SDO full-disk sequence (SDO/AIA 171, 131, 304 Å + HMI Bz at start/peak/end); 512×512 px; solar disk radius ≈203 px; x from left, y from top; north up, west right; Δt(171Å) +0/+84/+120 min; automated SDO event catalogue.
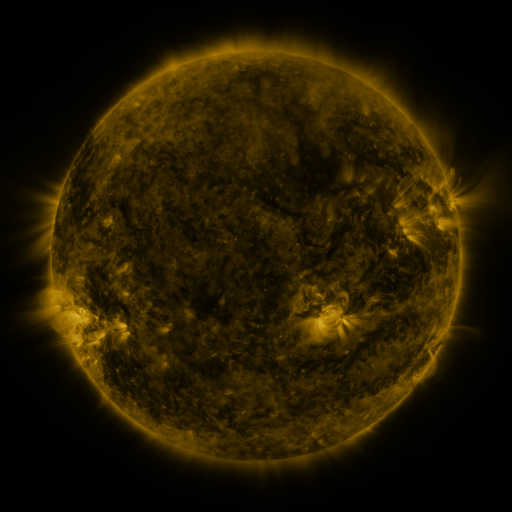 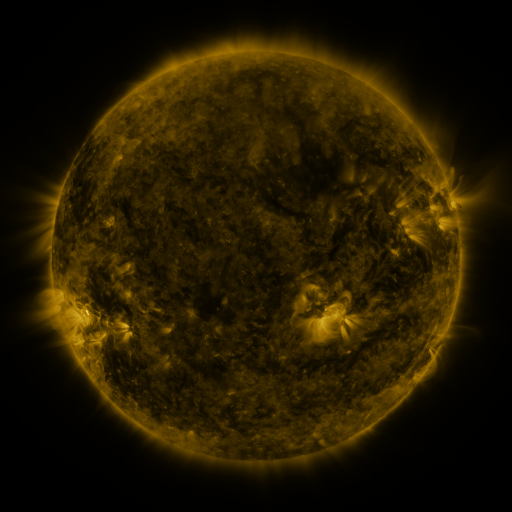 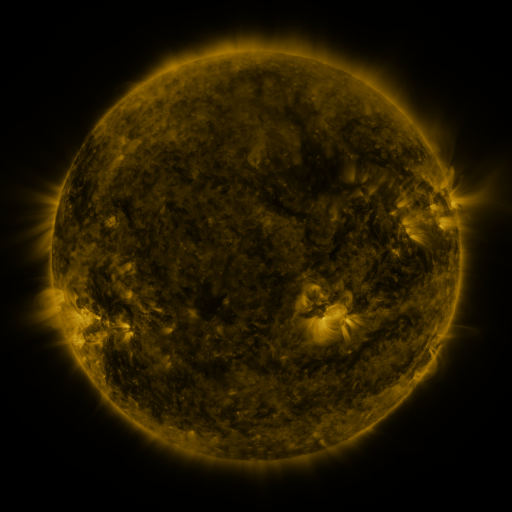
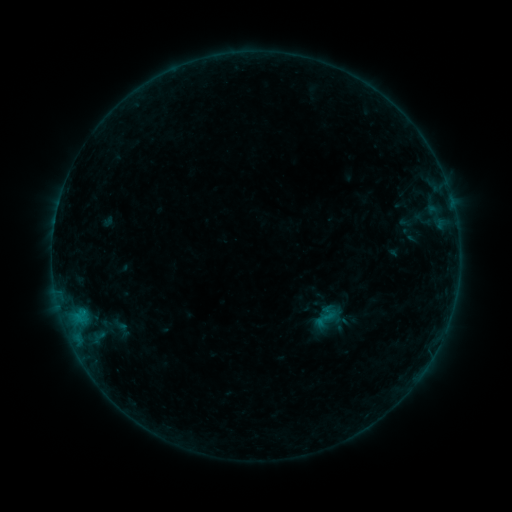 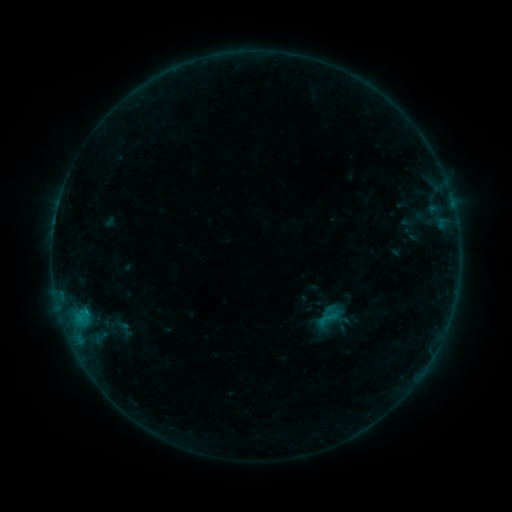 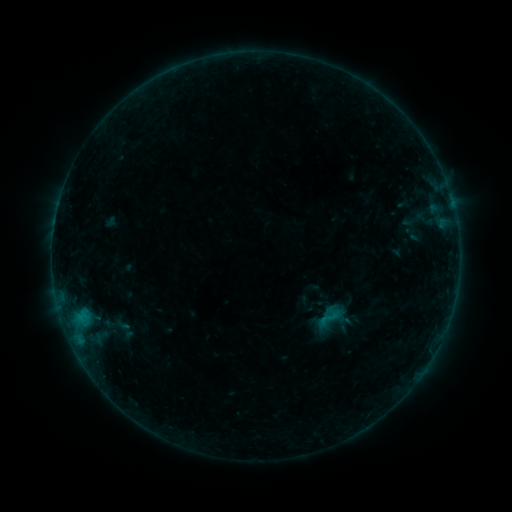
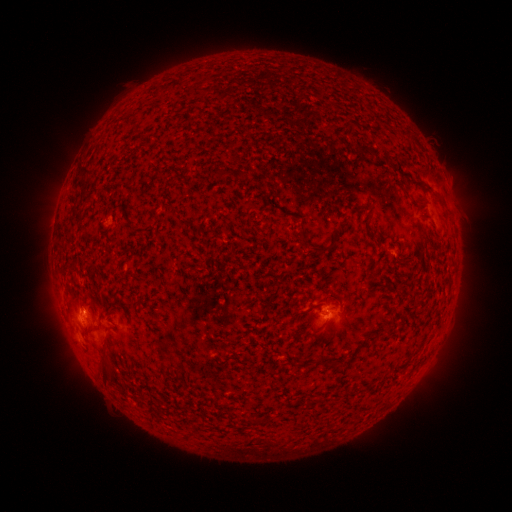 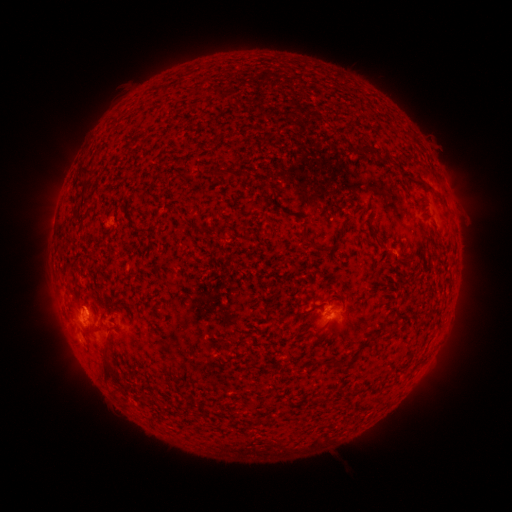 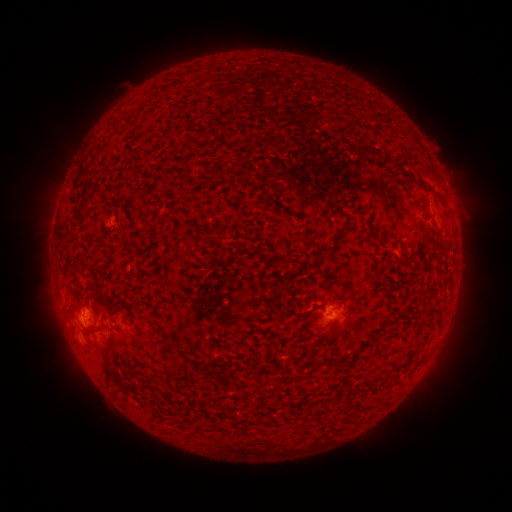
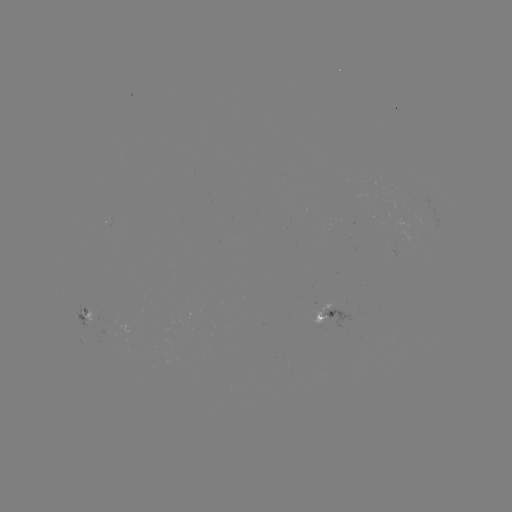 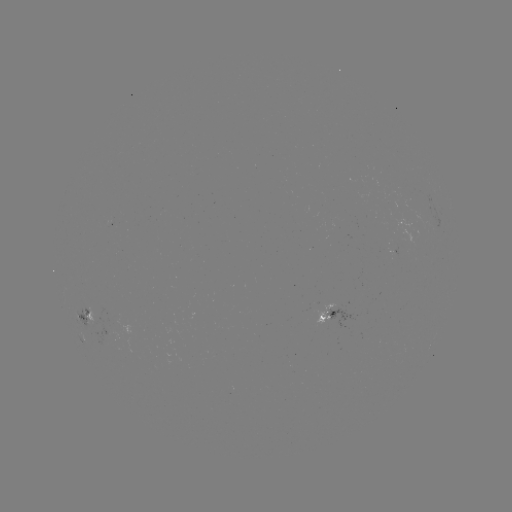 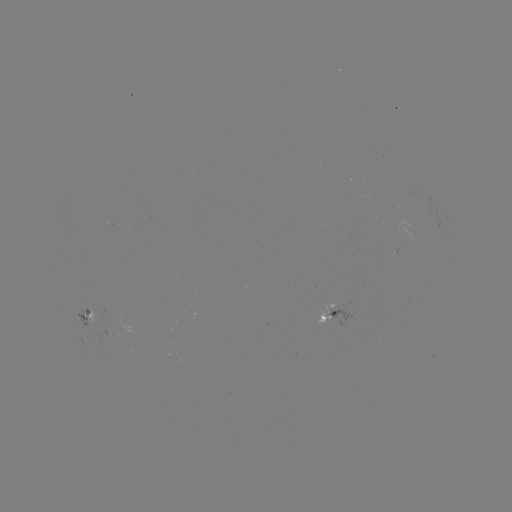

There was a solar emerging-flux region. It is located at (115, 321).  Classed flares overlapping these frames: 1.